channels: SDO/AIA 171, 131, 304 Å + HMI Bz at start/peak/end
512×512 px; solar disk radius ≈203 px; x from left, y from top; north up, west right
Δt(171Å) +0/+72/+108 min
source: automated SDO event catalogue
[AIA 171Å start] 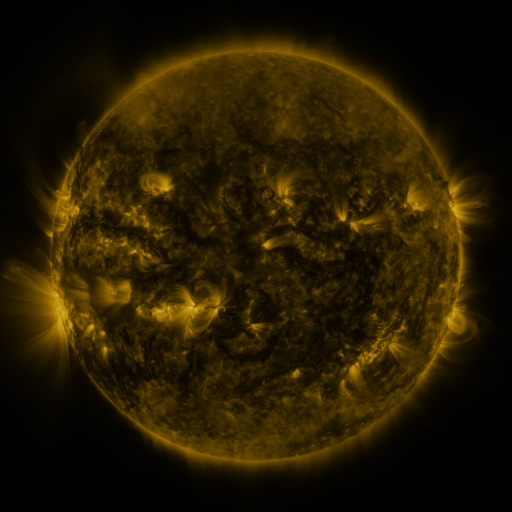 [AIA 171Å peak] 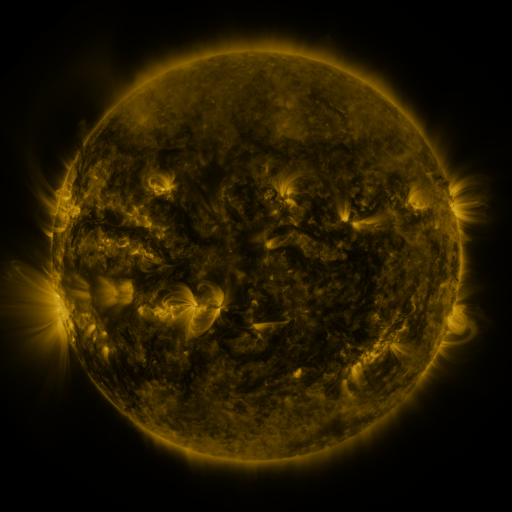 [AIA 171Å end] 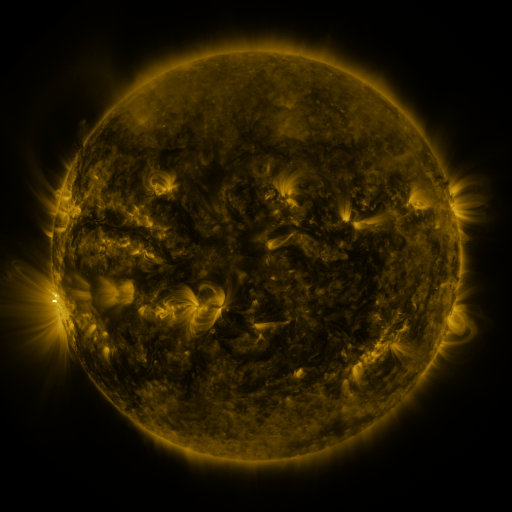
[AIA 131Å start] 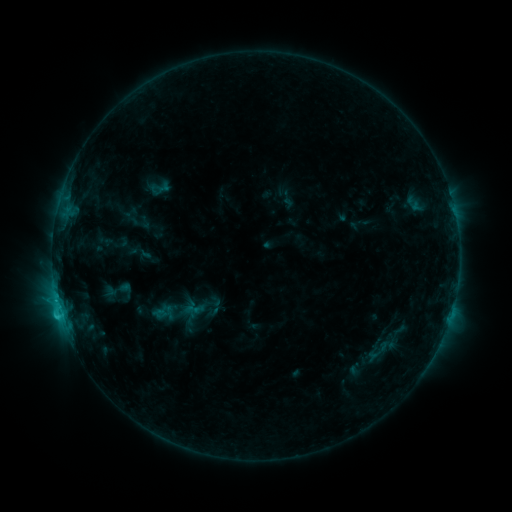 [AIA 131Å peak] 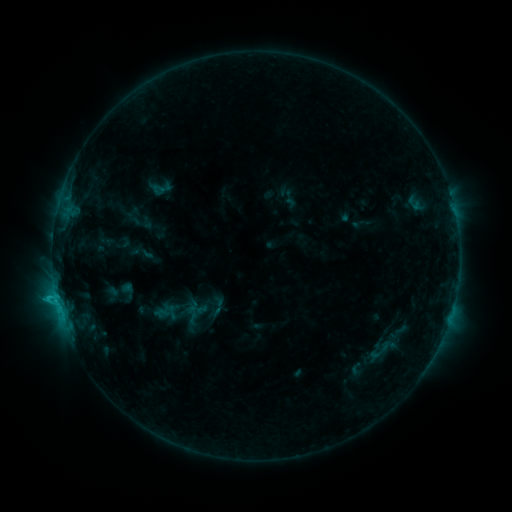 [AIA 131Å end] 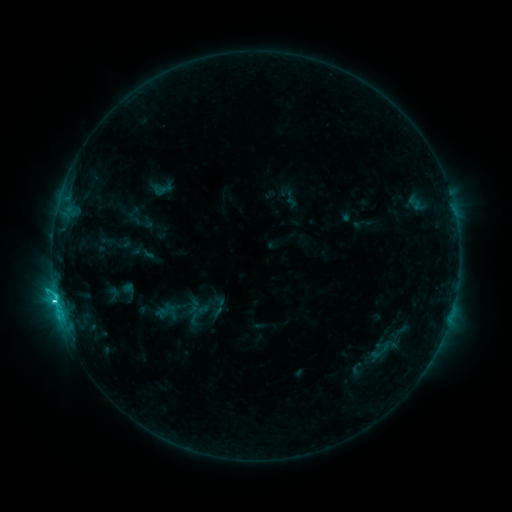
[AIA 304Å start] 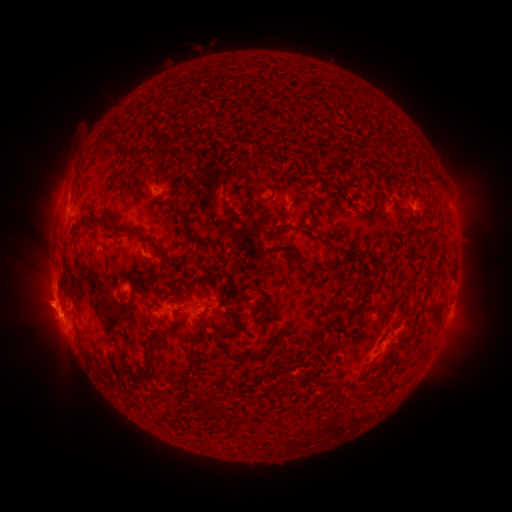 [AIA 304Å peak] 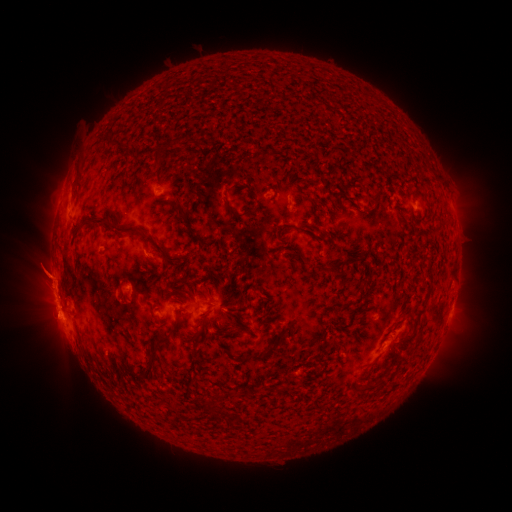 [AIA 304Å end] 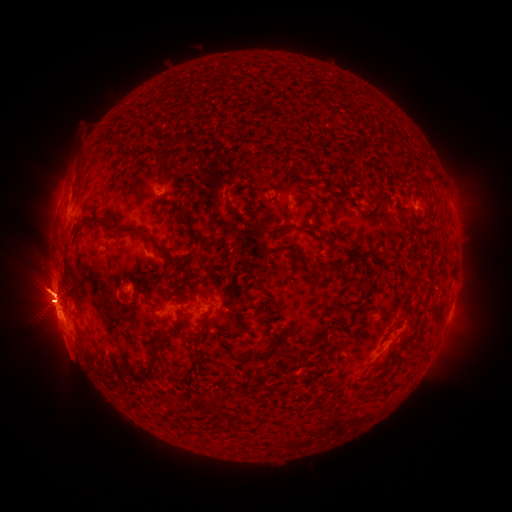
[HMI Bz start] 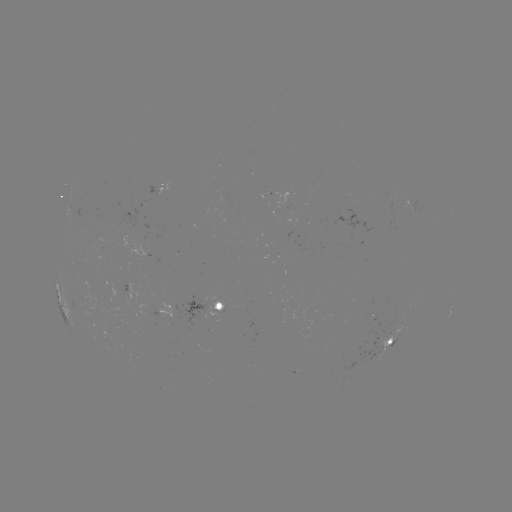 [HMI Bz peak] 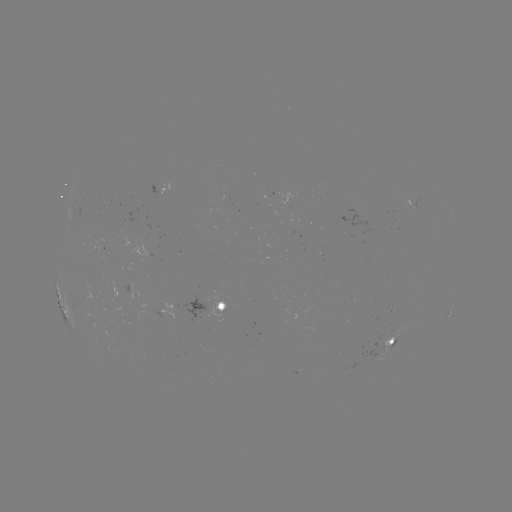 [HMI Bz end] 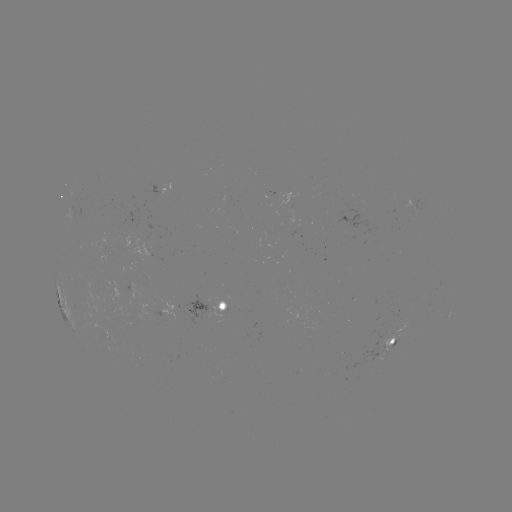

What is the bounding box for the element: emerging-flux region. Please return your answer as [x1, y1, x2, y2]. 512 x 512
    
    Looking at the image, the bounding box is [391, 199, 412, 215].